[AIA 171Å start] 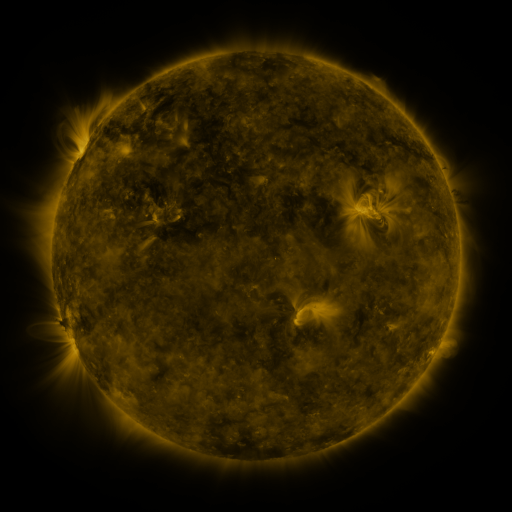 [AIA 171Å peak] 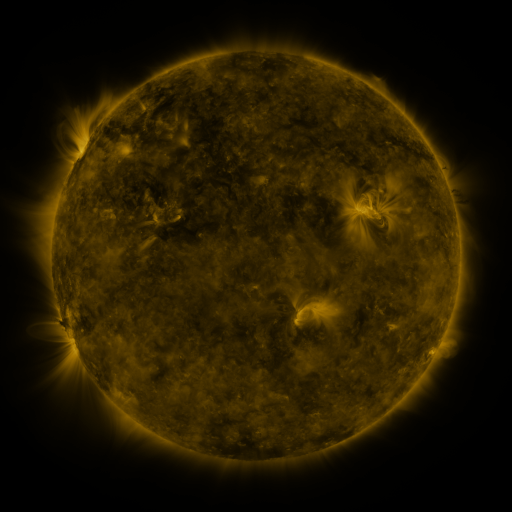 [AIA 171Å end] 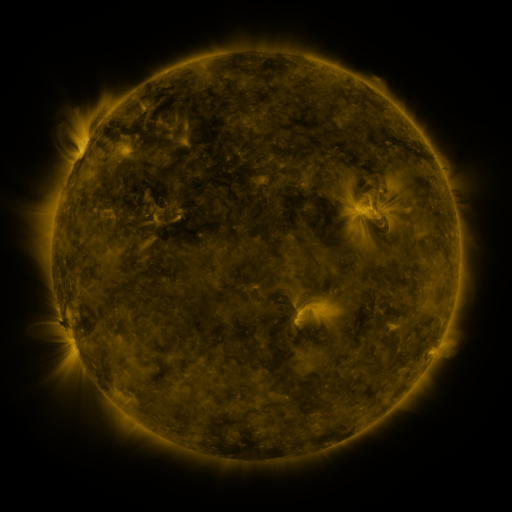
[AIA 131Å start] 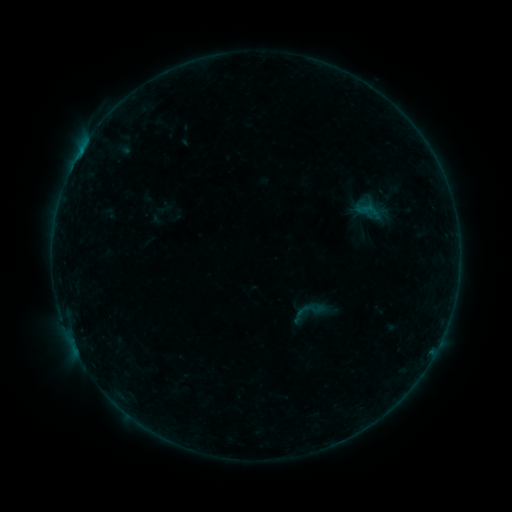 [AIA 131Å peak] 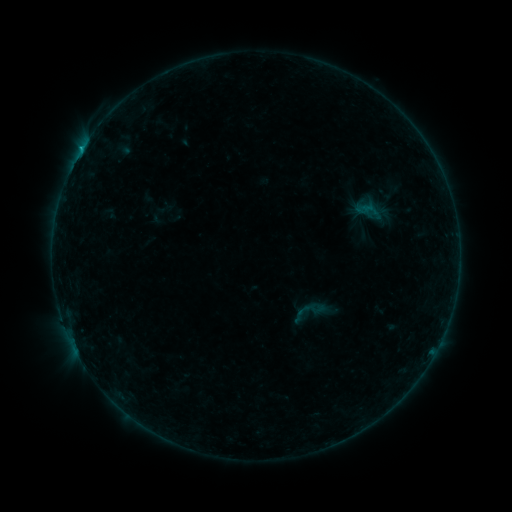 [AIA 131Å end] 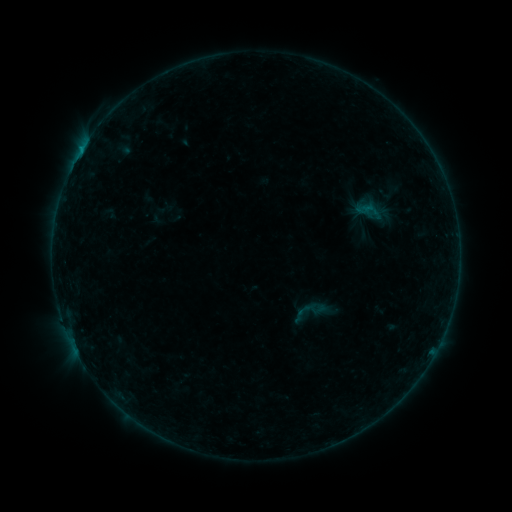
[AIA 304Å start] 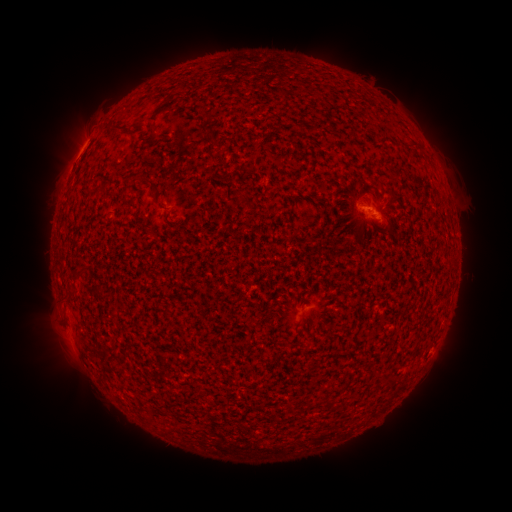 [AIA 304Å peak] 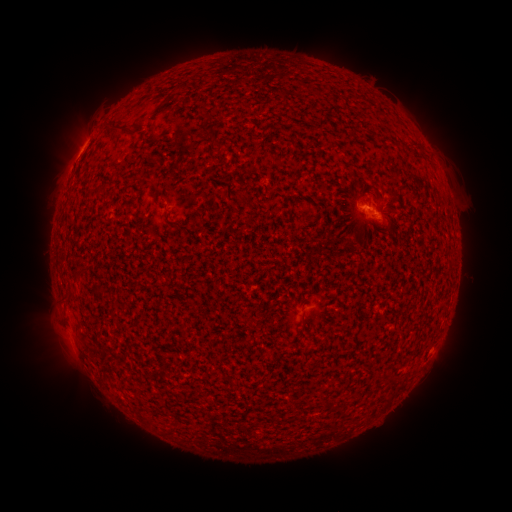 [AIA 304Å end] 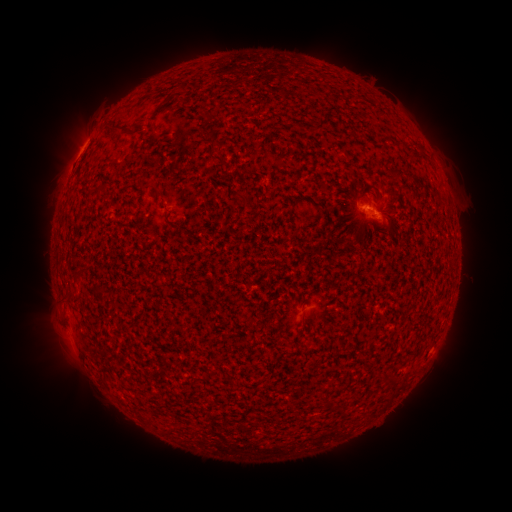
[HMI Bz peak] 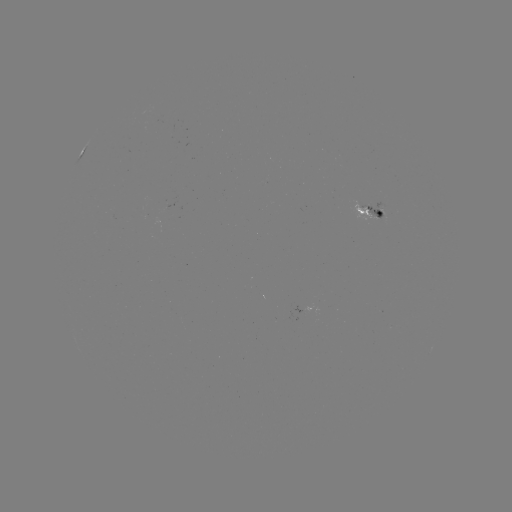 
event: flare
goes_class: B3.6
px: (81, 151)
